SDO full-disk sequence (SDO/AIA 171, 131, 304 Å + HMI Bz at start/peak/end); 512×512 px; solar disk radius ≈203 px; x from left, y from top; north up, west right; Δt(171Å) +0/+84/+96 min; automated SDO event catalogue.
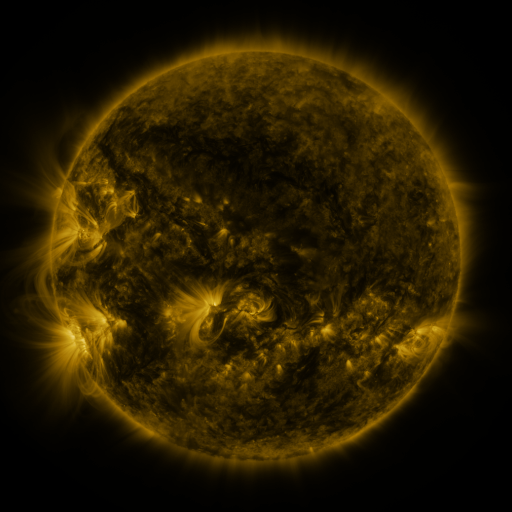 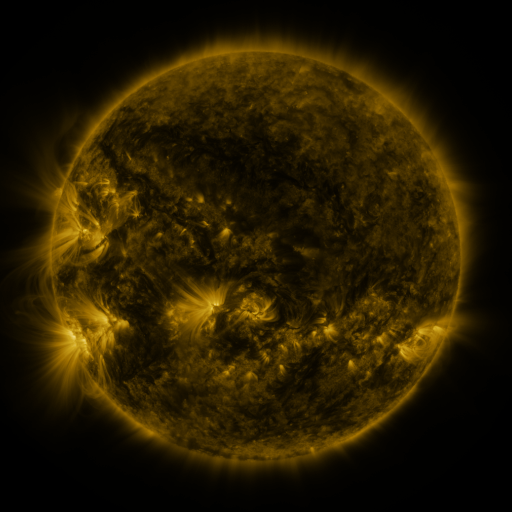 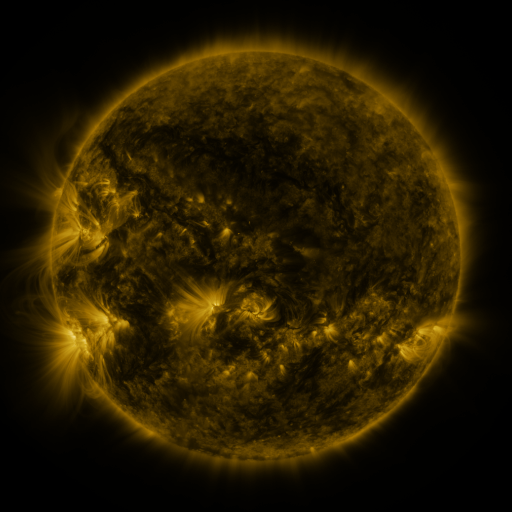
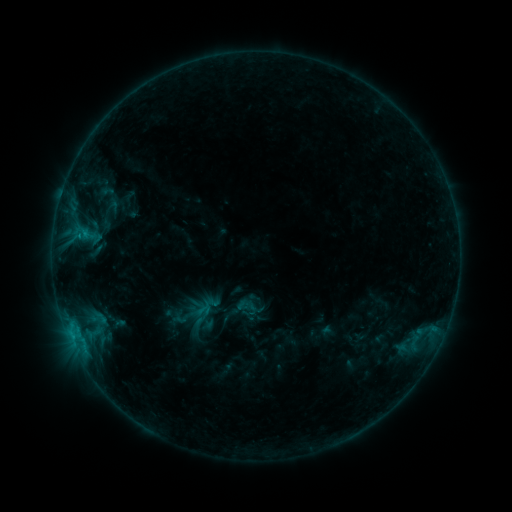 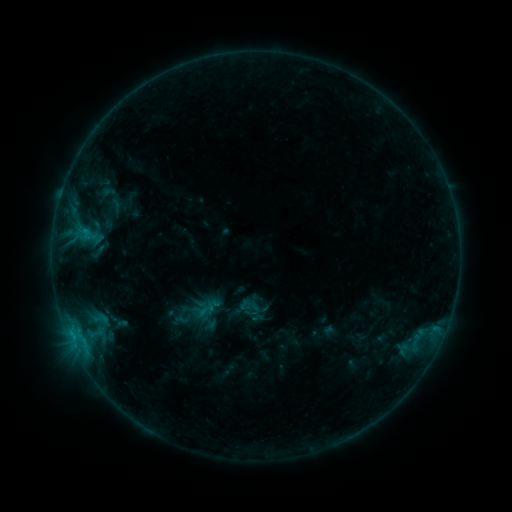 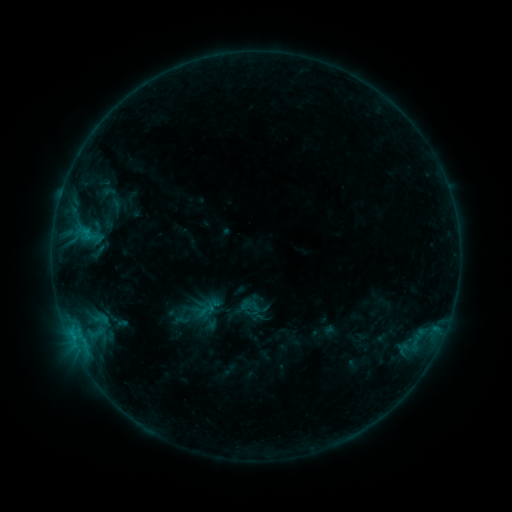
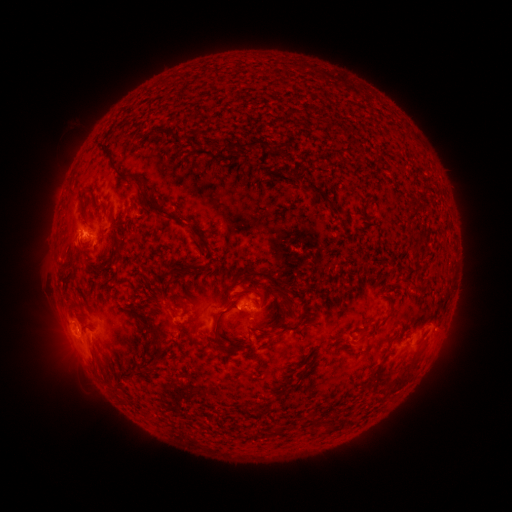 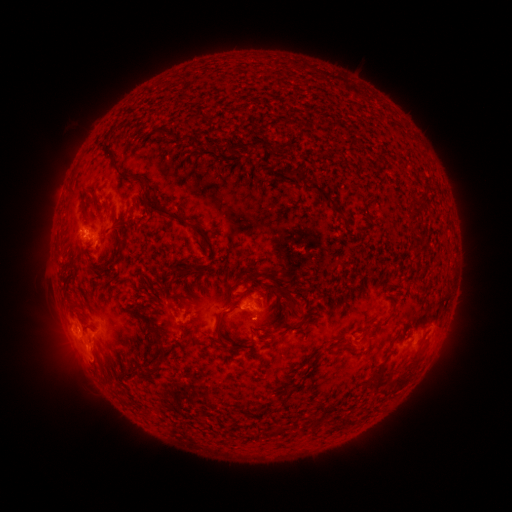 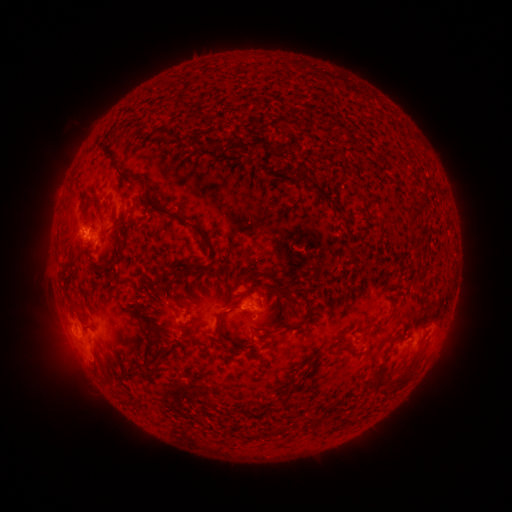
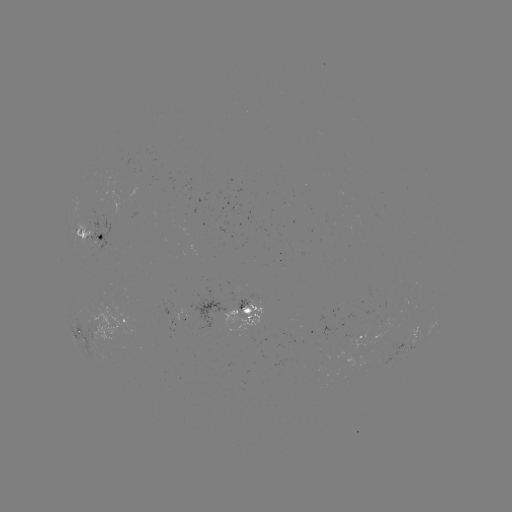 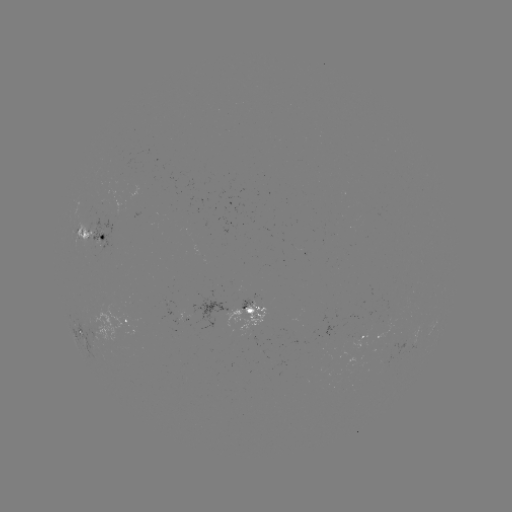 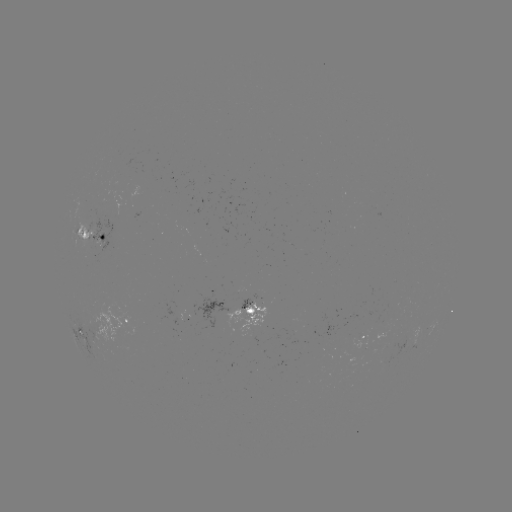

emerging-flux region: (79, 219, 95, 249)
